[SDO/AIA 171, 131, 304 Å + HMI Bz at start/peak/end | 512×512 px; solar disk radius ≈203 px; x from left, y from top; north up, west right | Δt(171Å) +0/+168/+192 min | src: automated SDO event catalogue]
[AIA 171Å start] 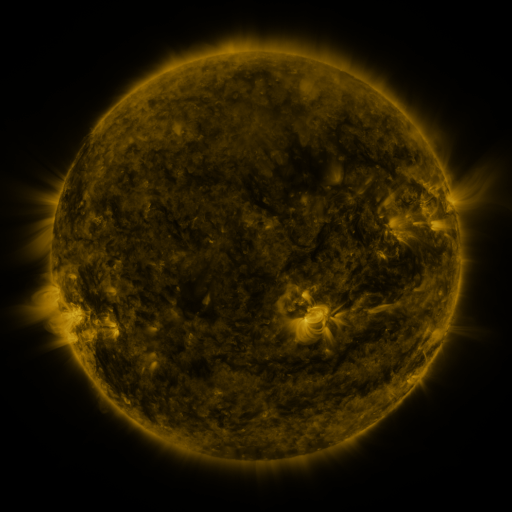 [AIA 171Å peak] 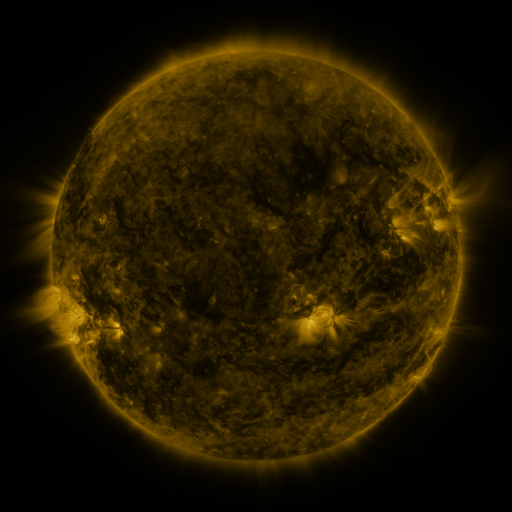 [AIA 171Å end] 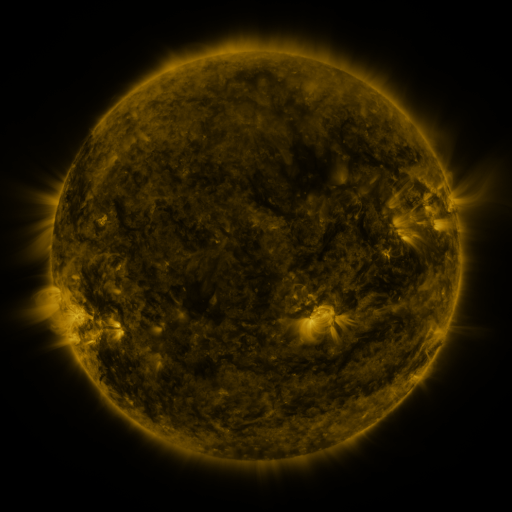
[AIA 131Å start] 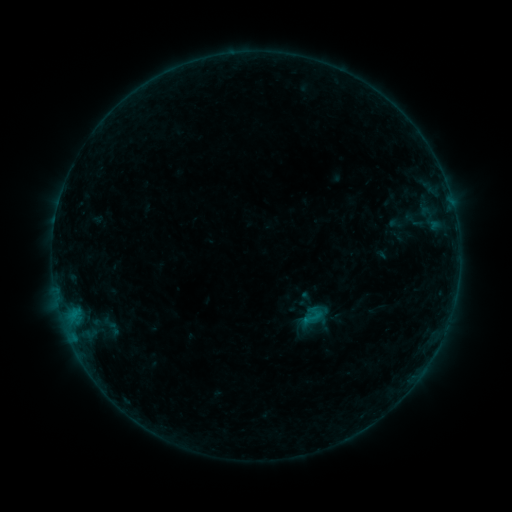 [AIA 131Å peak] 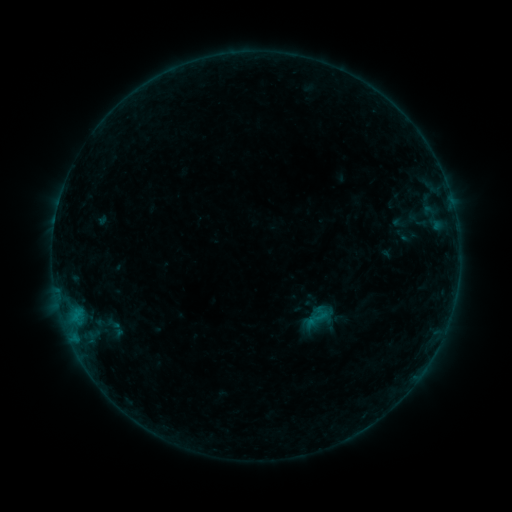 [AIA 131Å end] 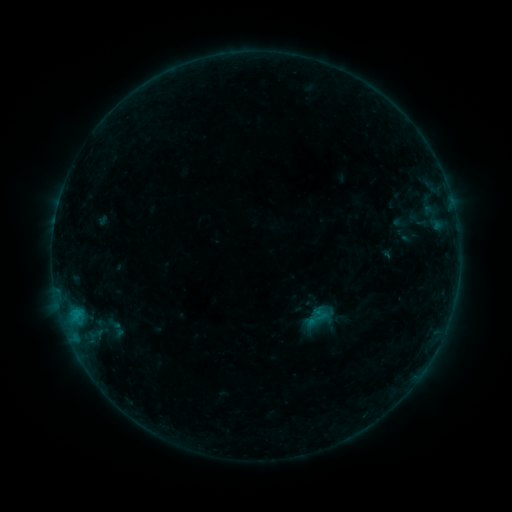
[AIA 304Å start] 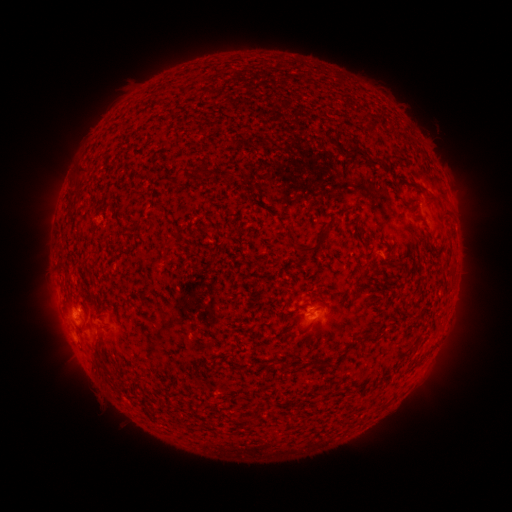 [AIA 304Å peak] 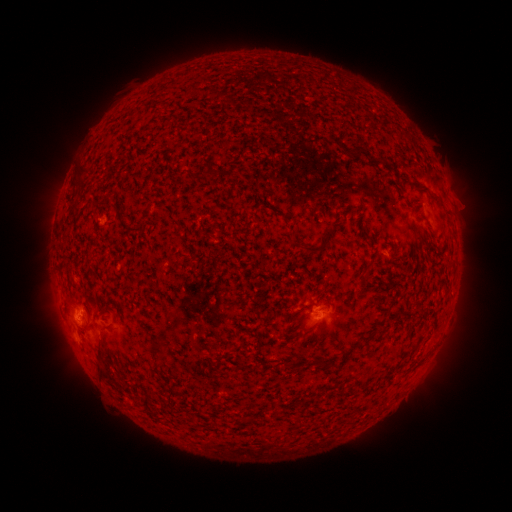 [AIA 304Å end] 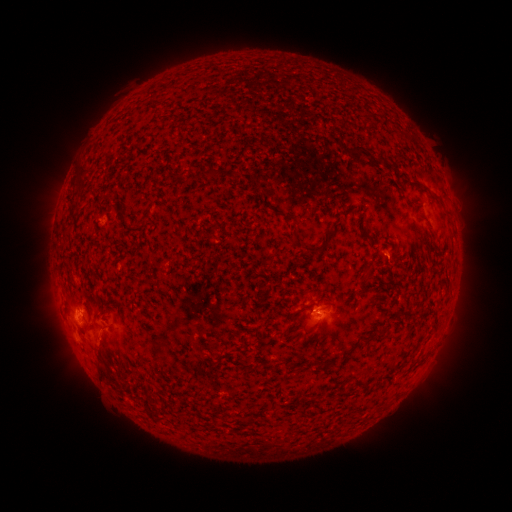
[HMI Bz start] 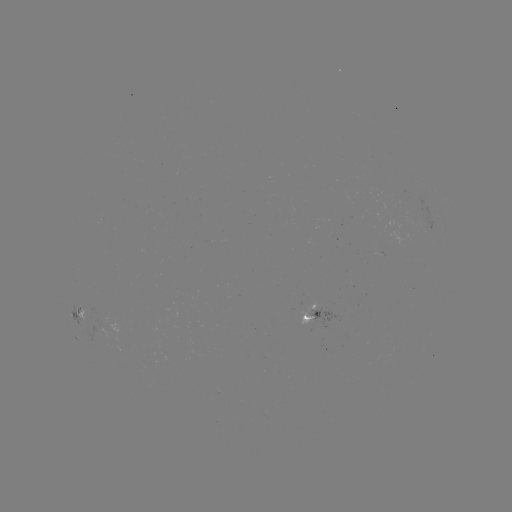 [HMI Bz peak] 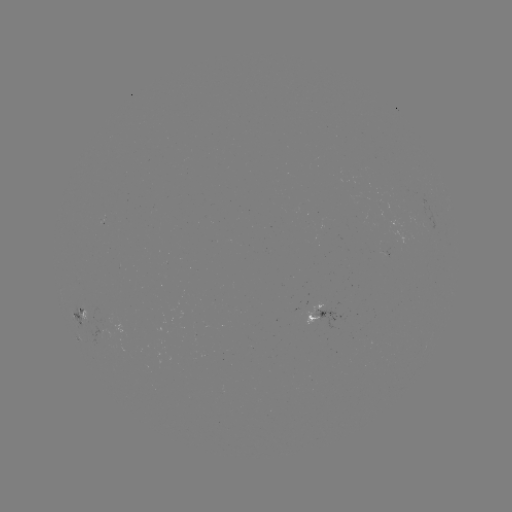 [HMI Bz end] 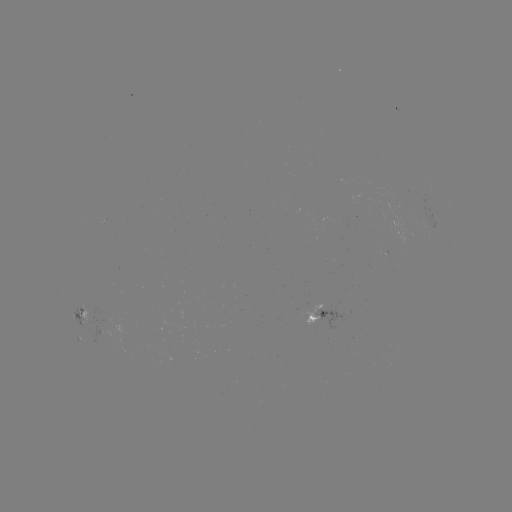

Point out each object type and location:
emerging-flux region: (321, 219)
